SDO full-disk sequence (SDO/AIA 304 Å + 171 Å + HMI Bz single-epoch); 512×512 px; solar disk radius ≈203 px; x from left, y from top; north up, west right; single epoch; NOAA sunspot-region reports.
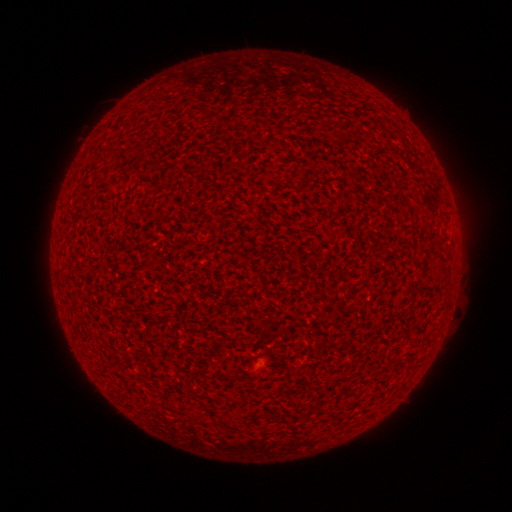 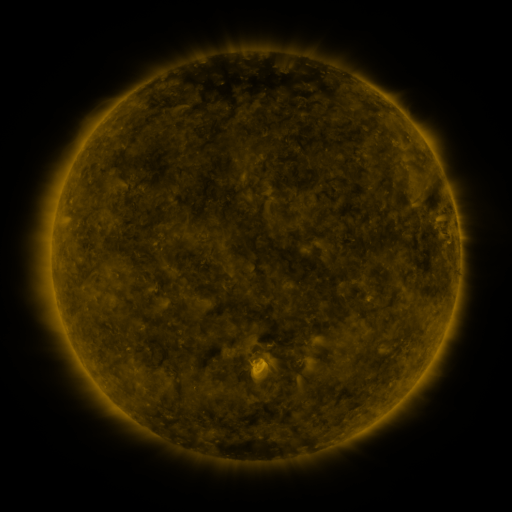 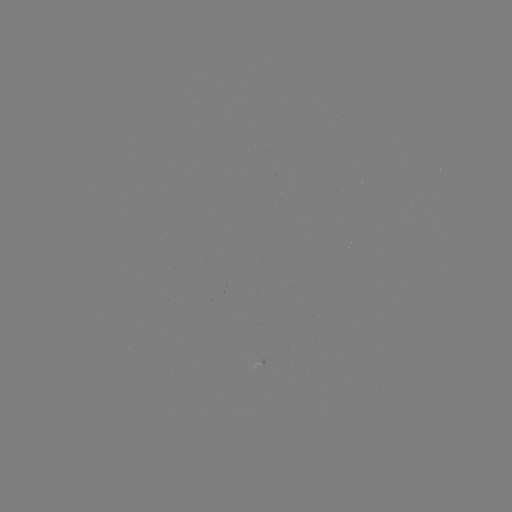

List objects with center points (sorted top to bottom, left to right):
(none)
